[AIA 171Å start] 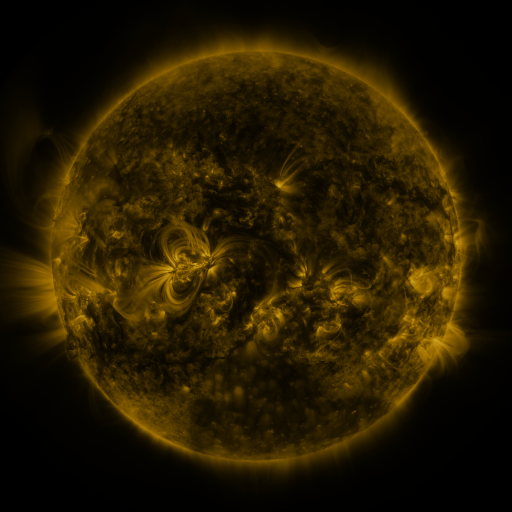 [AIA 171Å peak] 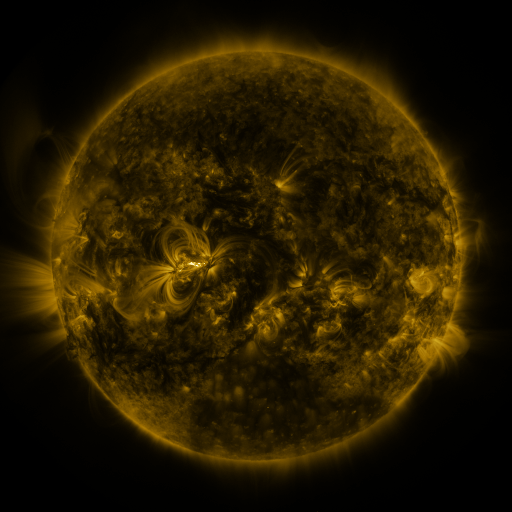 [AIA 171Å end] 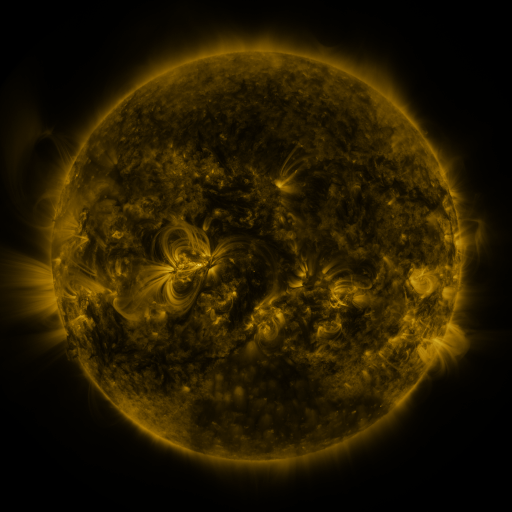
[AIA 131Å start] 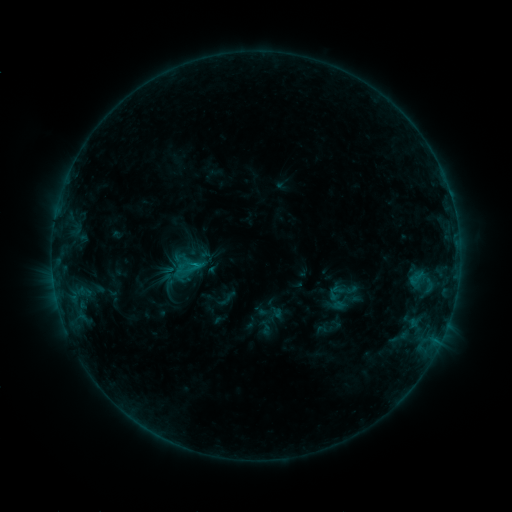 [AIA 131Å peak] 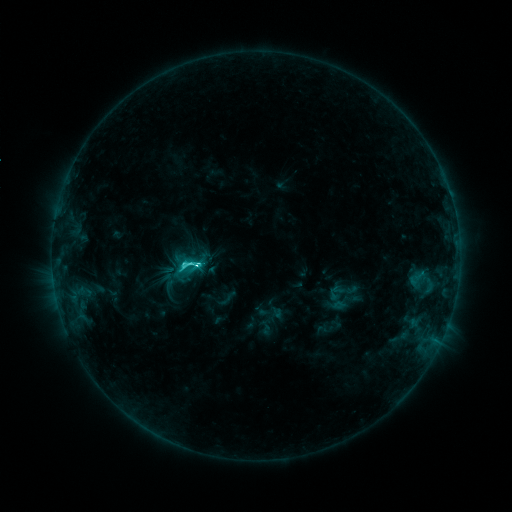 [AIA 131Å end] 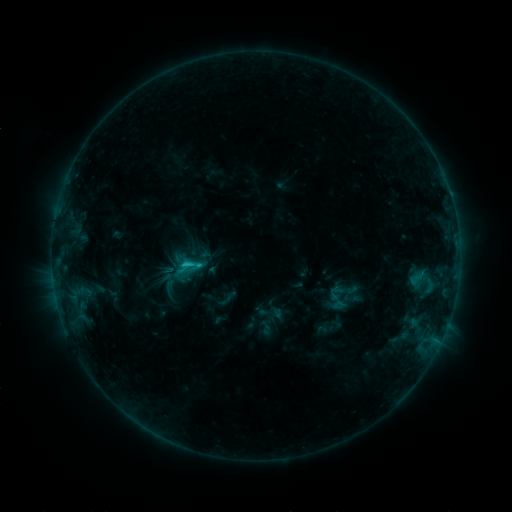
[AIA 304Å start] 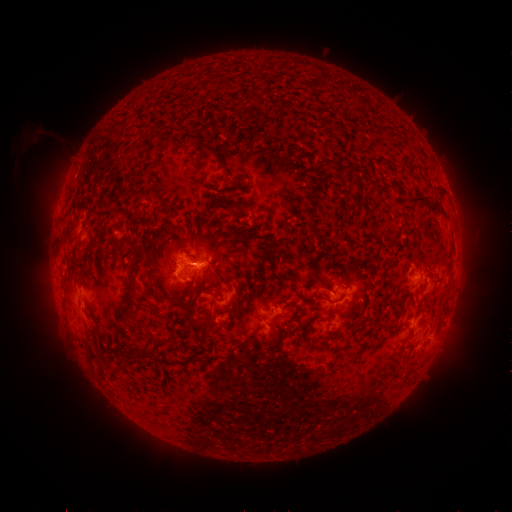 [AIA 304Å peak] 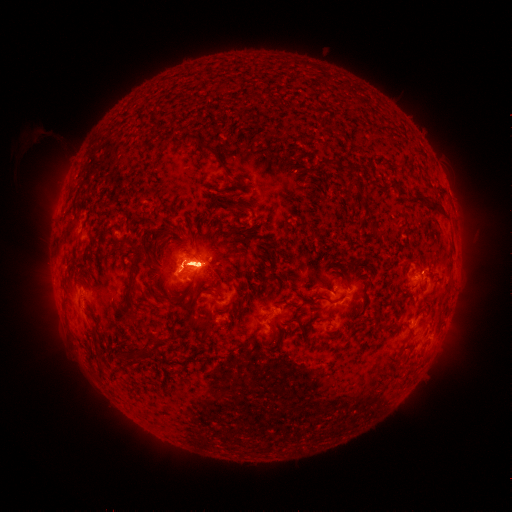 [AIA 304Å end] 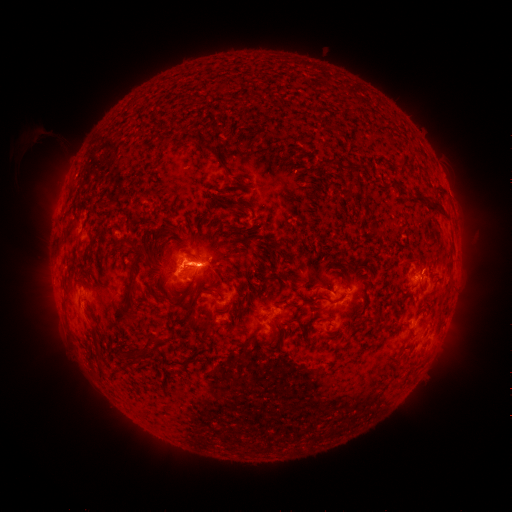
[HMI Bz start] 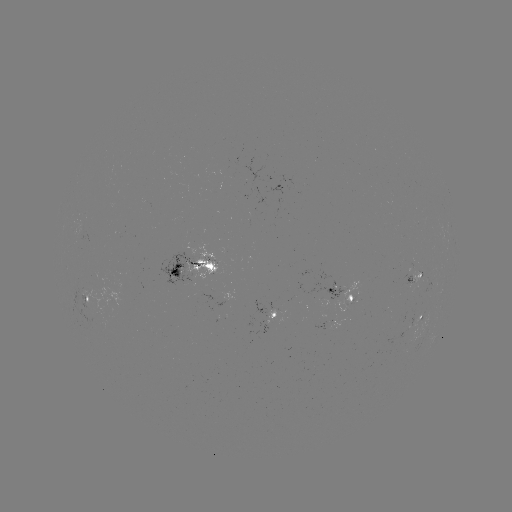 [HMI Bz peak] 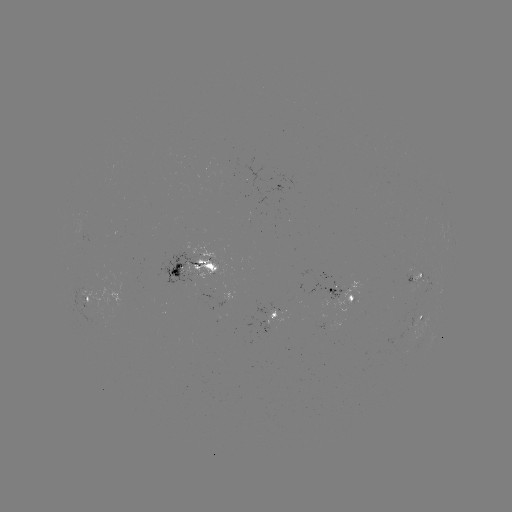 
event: flare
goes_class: M1.1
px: (199, 262)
